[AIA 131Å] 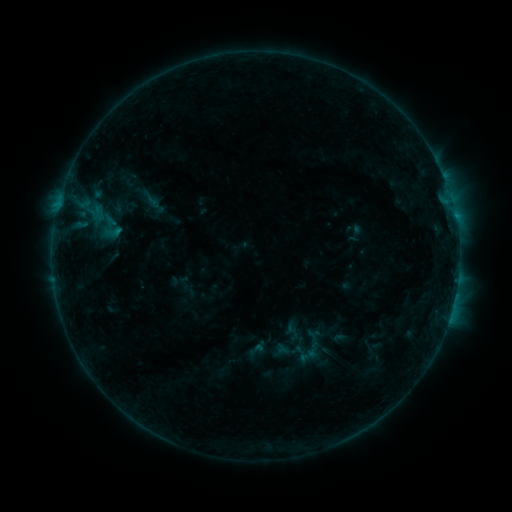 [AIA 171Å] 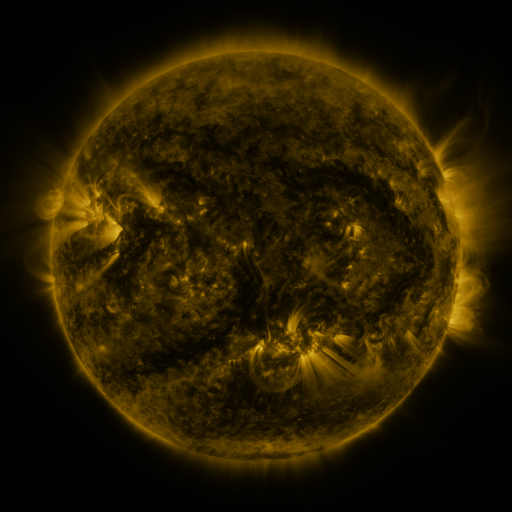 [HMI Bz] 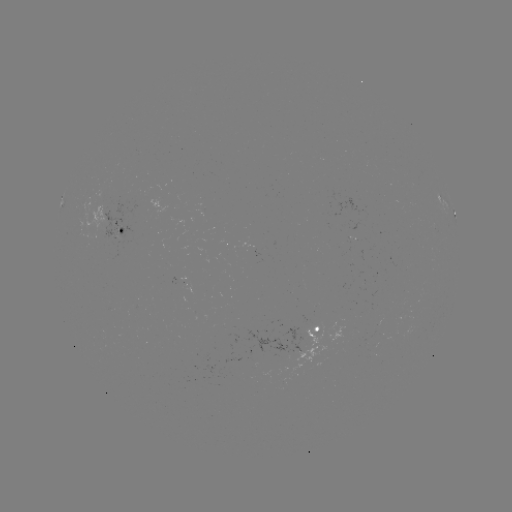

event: sigmoid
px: (313, 345)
